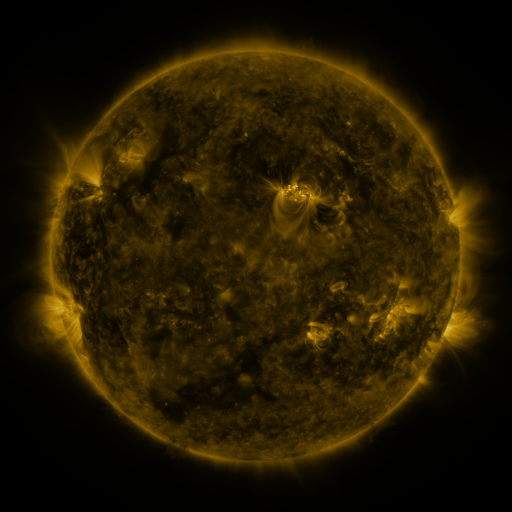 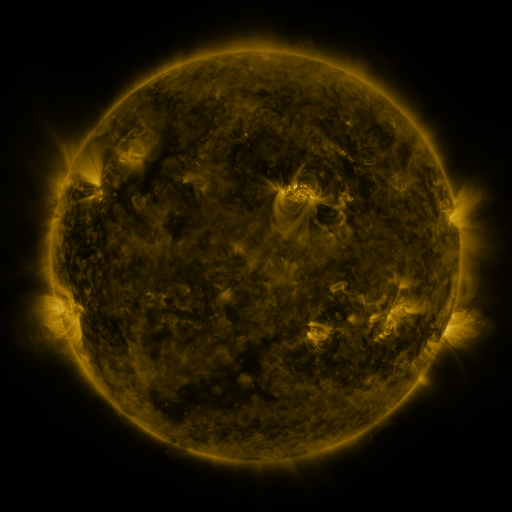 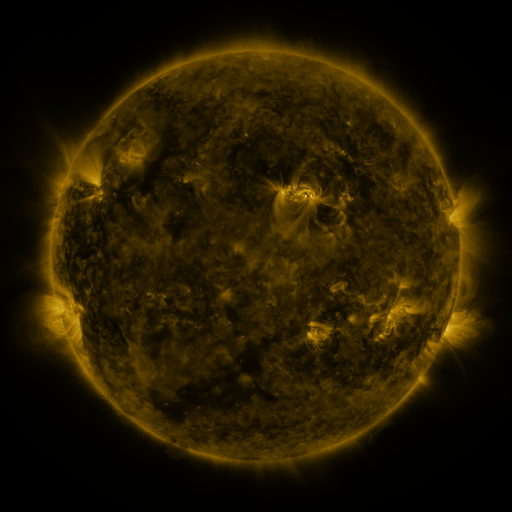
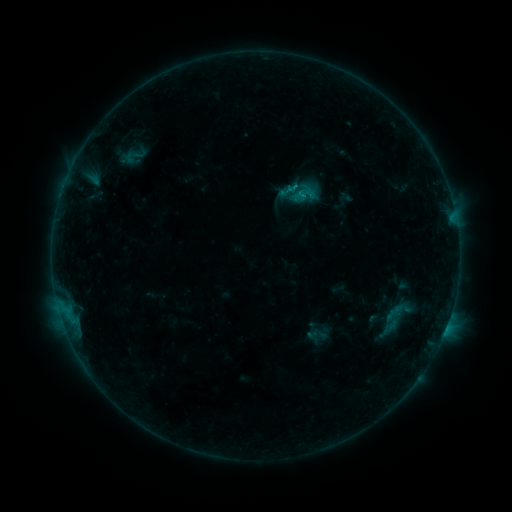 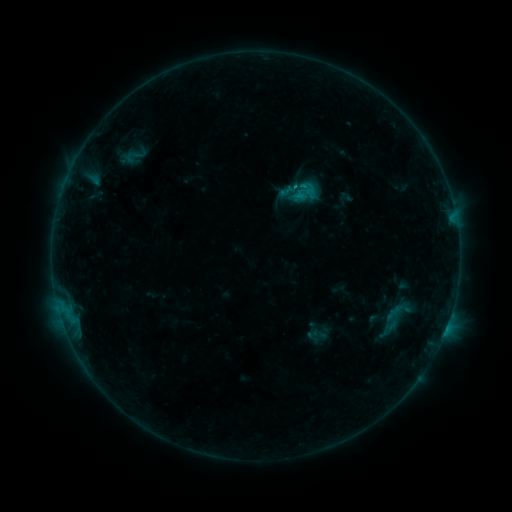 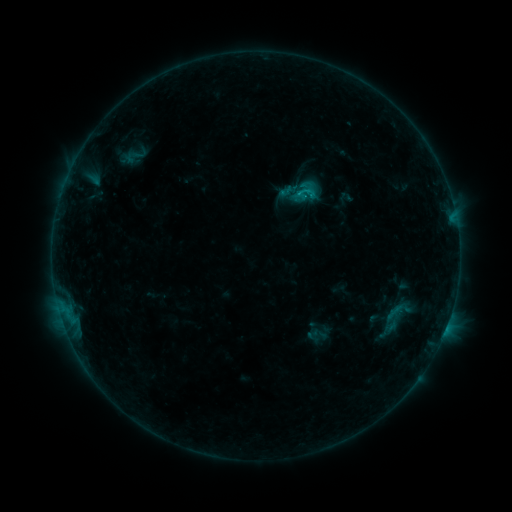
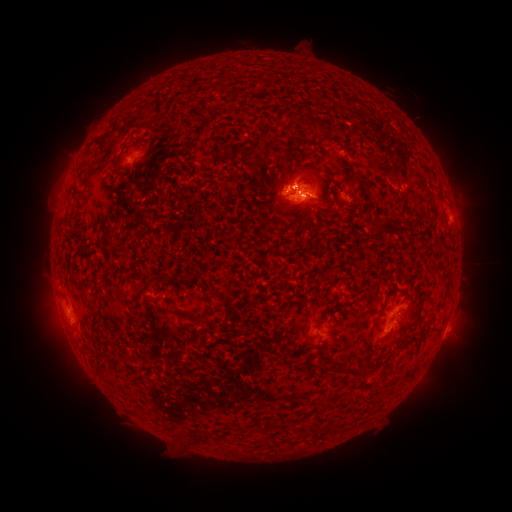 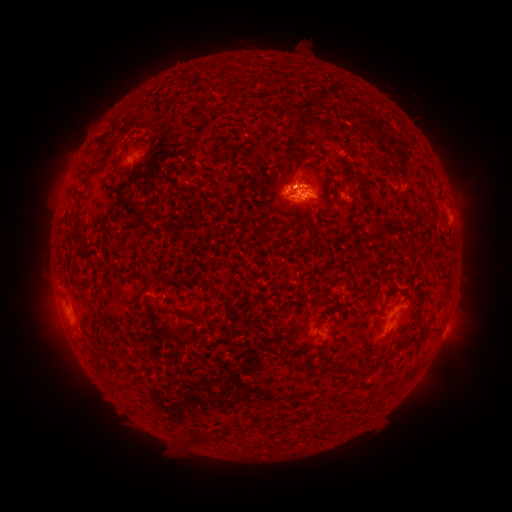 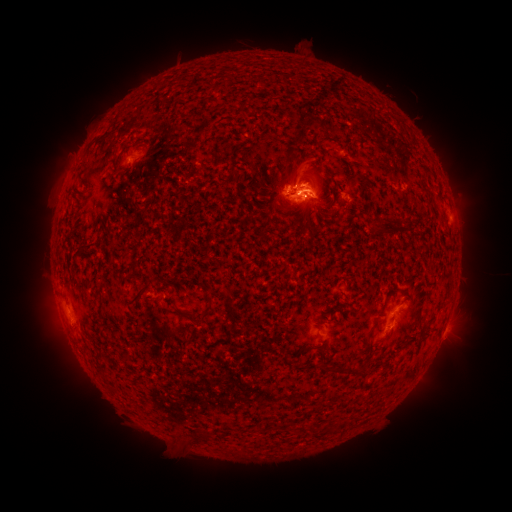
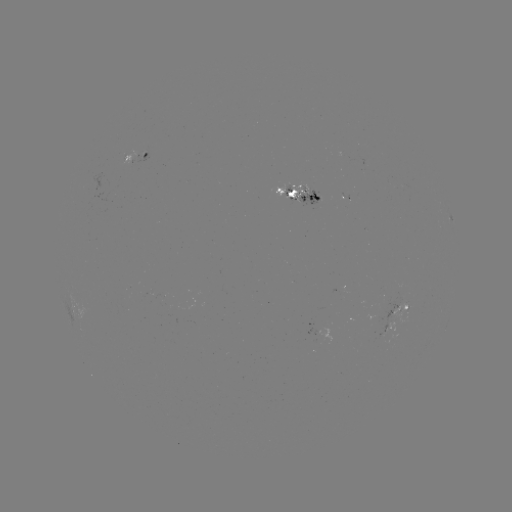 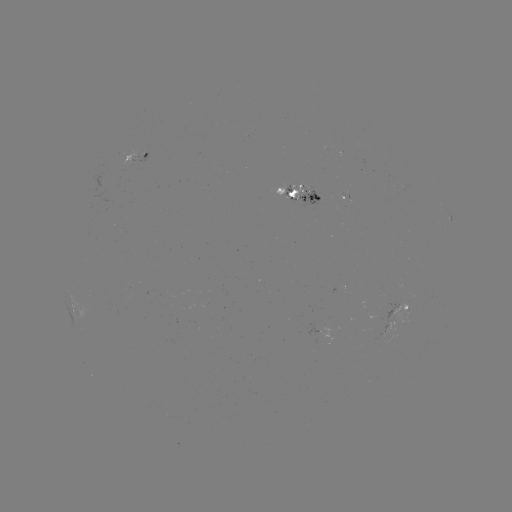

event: flare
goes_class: B8.7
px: (310, 196)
